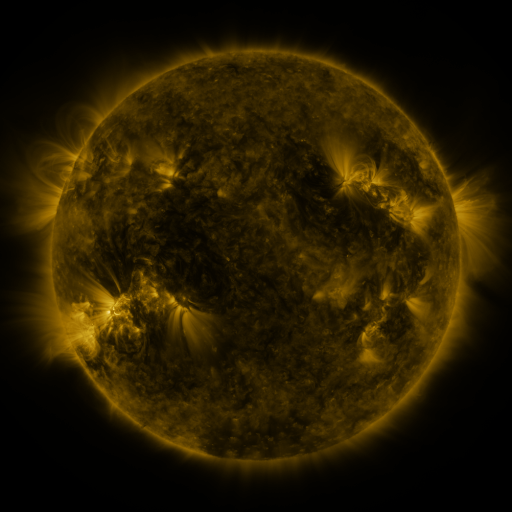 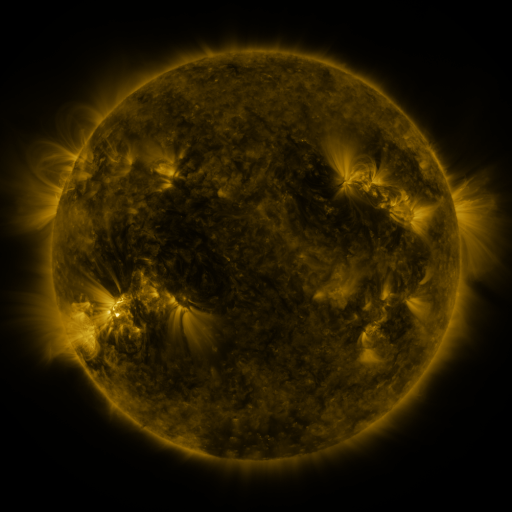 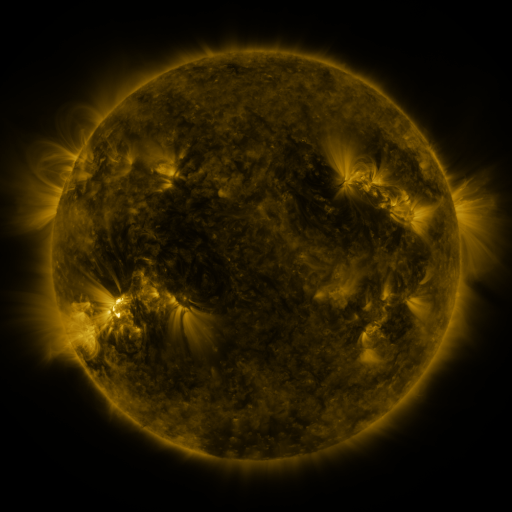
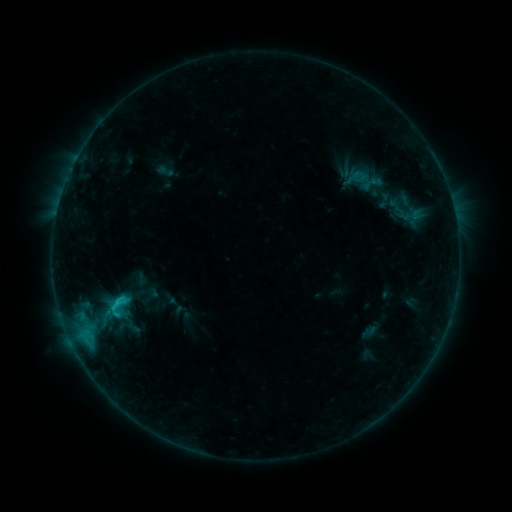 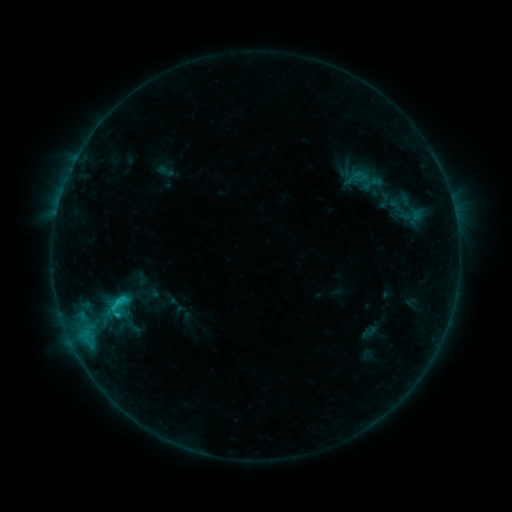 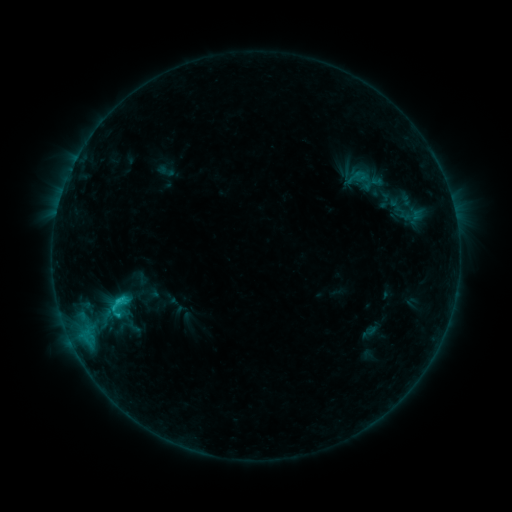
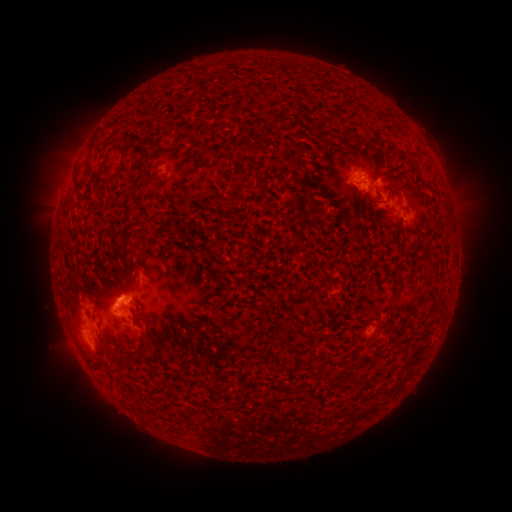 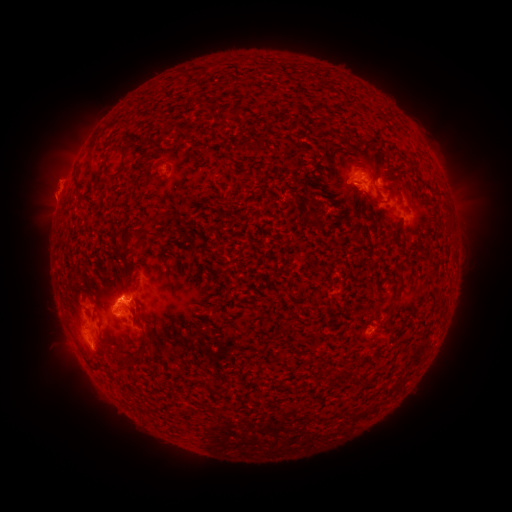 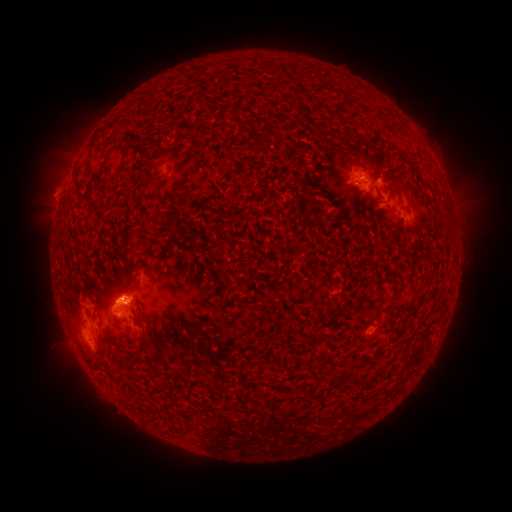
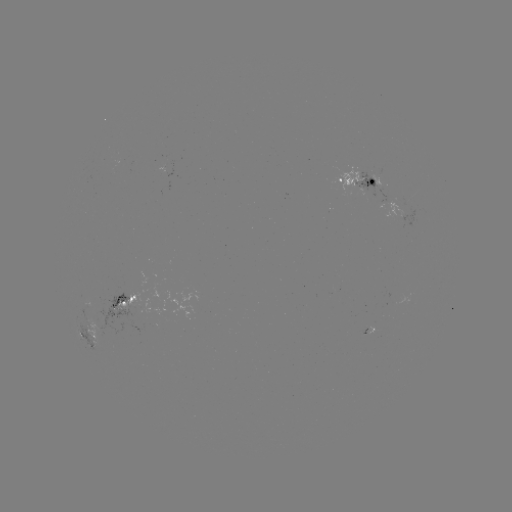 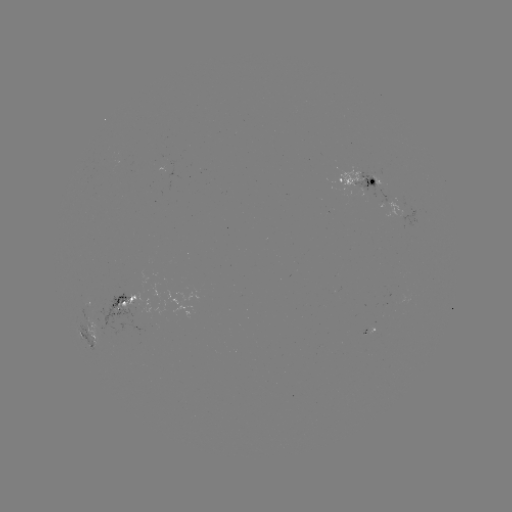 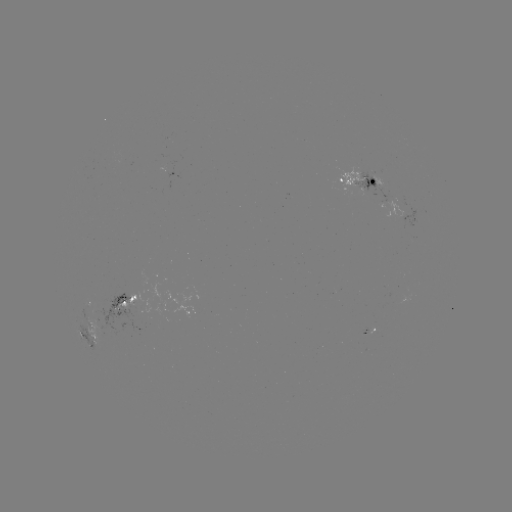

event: eruption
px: (50, 186)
